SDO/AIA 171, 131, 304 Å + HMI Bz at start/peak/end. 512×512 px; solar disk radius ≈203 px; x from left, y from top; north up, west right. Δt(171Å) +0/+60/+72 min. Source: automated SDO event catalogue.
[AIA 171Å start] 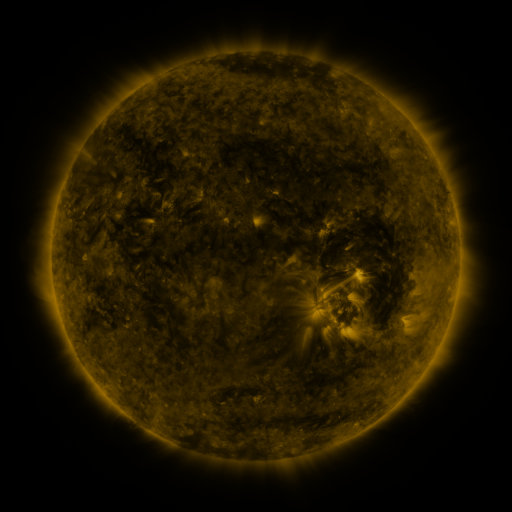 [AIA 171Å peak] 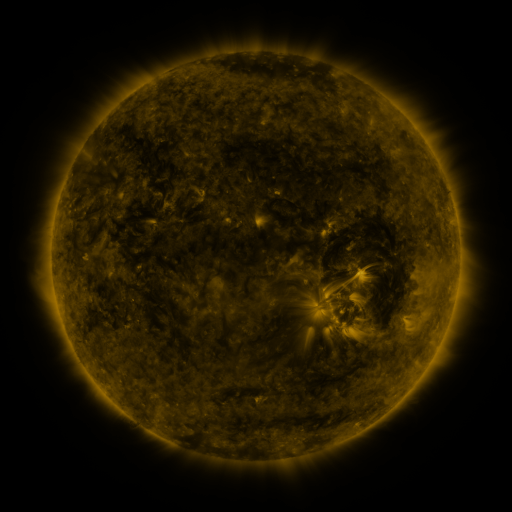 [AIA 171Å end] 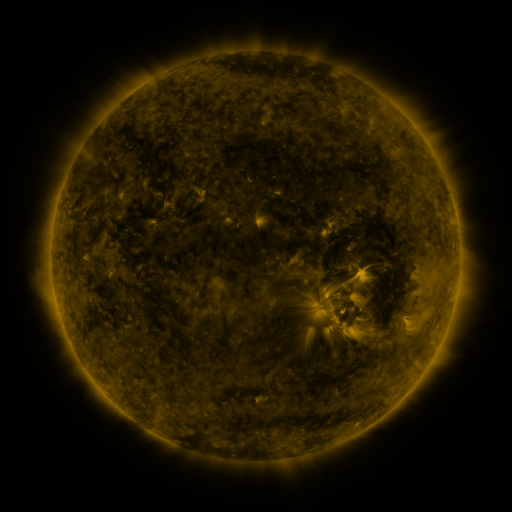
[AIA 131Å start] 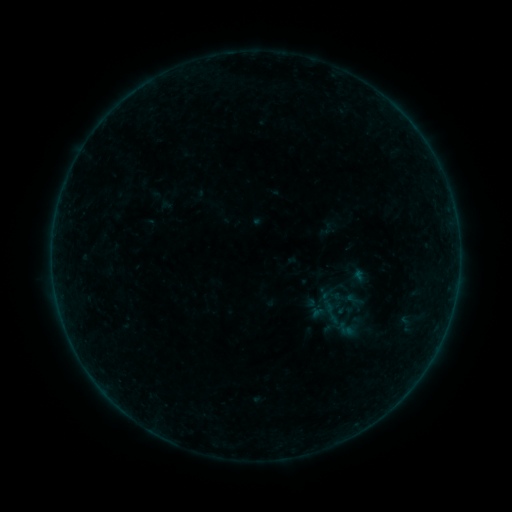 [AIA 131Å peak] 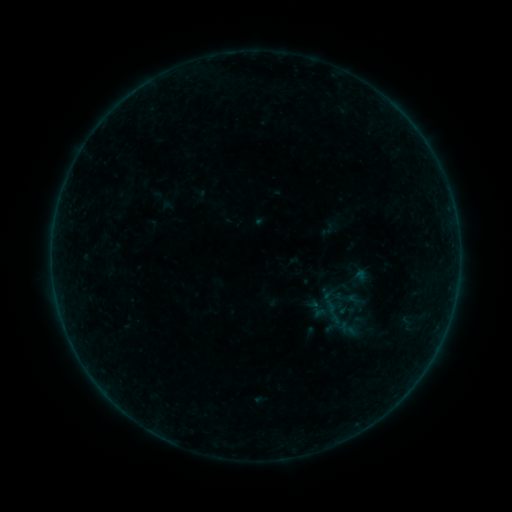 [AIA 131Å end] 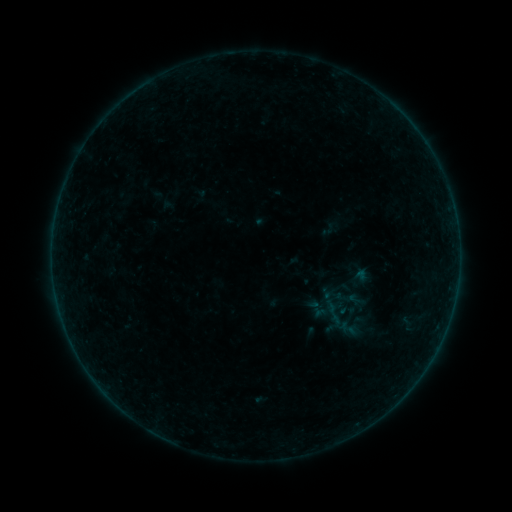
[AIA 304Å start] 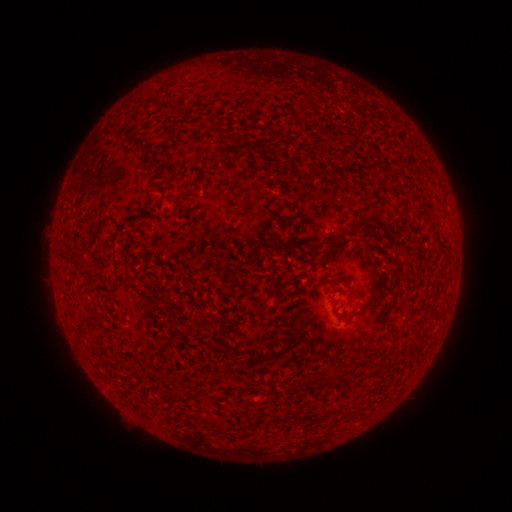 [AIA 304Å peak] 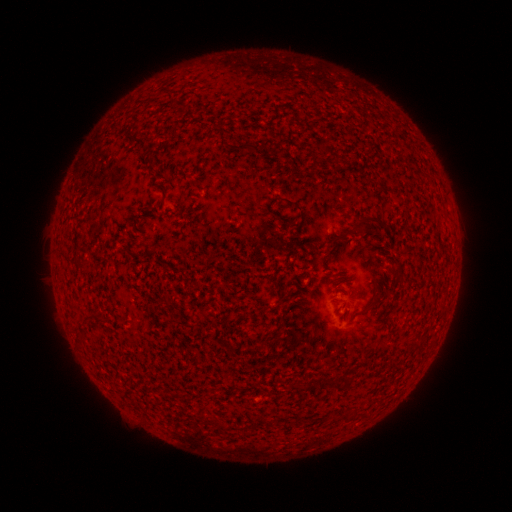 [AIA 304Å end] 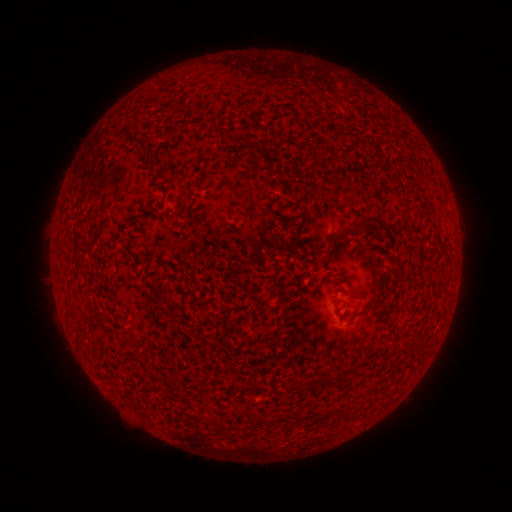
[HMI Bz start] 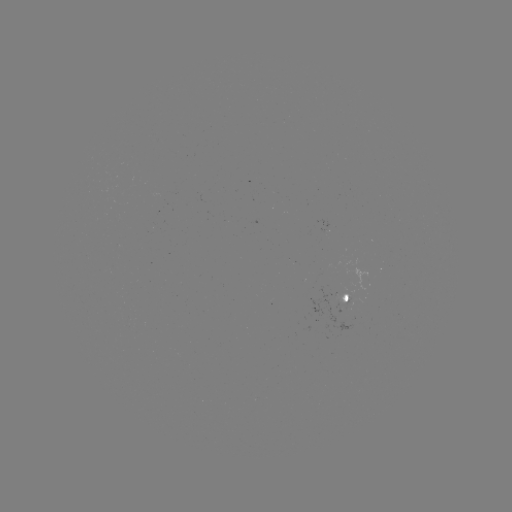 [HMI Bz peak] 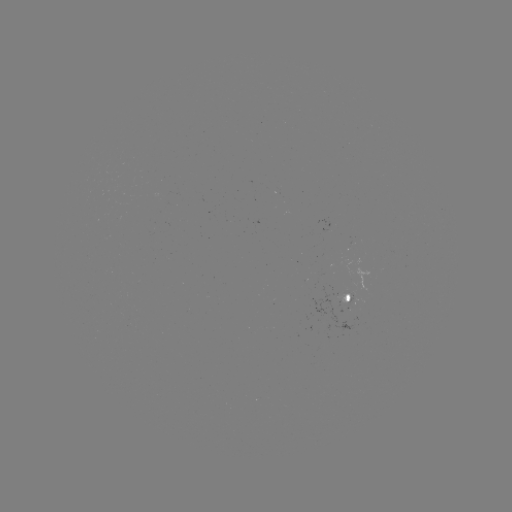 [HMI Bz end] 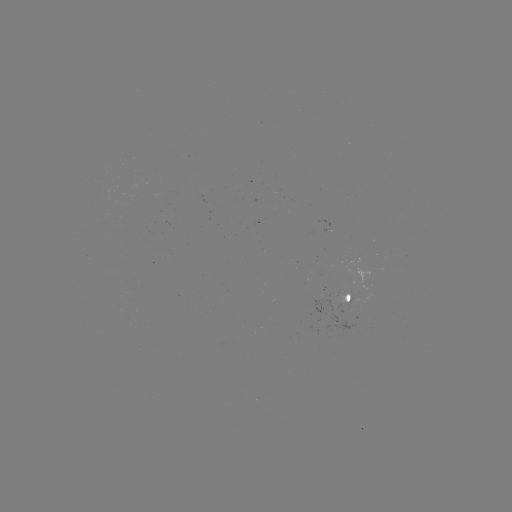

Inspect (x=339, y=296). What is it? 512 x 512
emerging-flux region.